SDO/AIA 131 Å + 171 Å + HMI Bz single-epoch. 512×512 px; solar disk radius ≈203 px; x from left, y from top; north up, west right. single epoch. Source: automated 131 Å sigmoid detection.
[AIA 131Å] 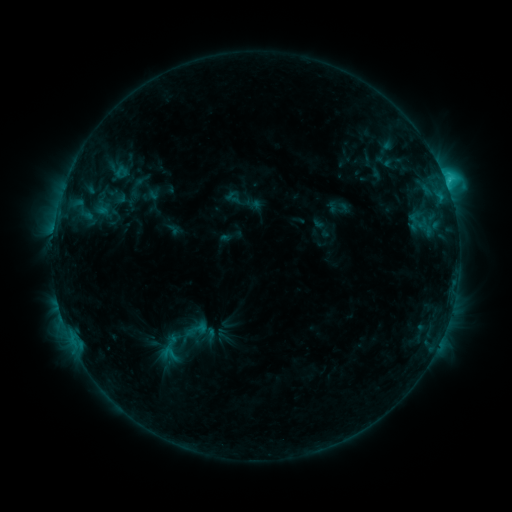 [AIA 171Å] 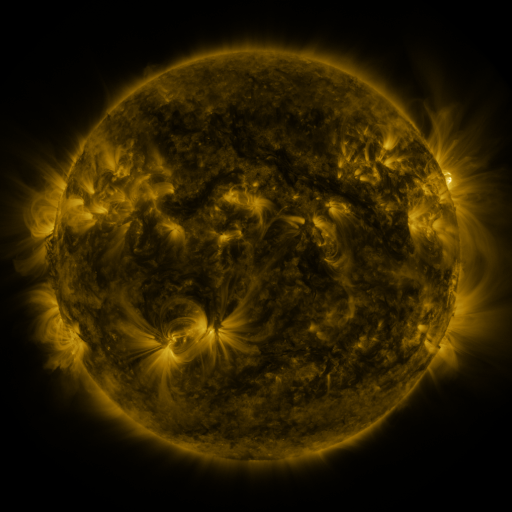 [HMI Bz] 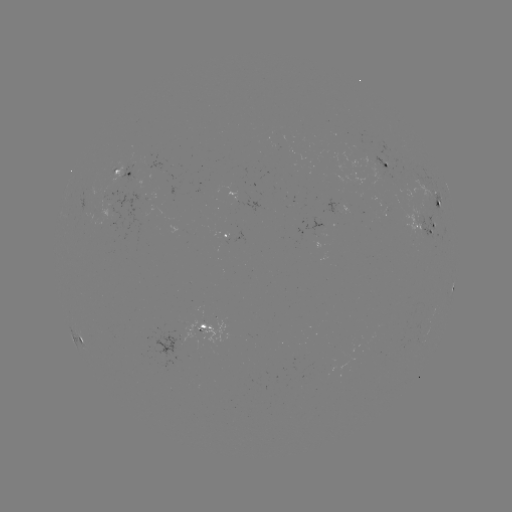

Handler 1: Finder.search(sigmoid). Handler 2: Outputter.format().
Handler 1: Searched sigmoid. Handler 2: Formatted [169, 353].